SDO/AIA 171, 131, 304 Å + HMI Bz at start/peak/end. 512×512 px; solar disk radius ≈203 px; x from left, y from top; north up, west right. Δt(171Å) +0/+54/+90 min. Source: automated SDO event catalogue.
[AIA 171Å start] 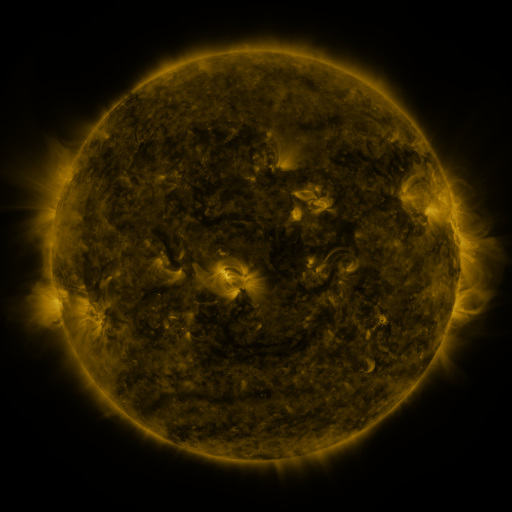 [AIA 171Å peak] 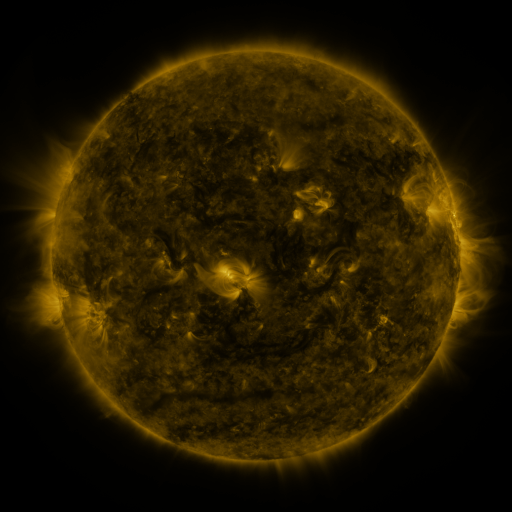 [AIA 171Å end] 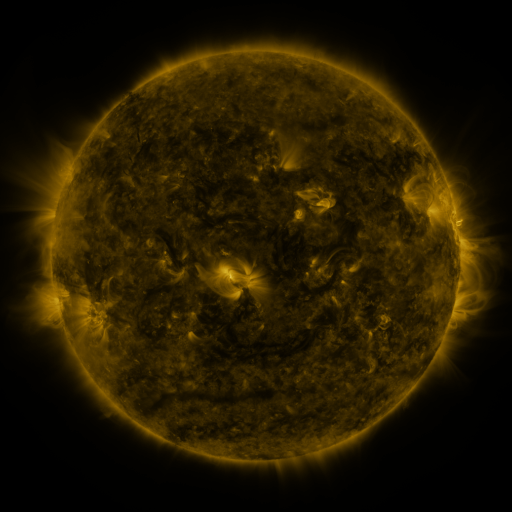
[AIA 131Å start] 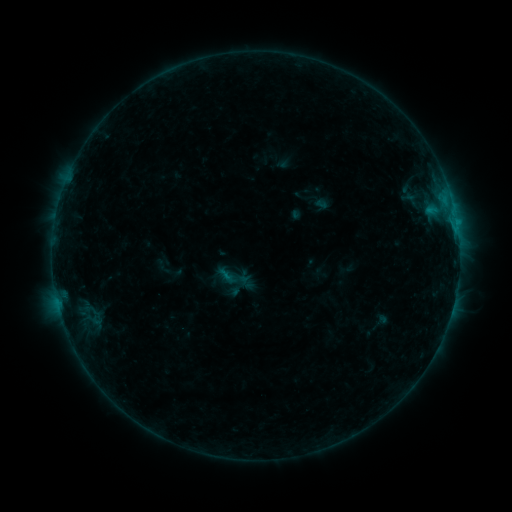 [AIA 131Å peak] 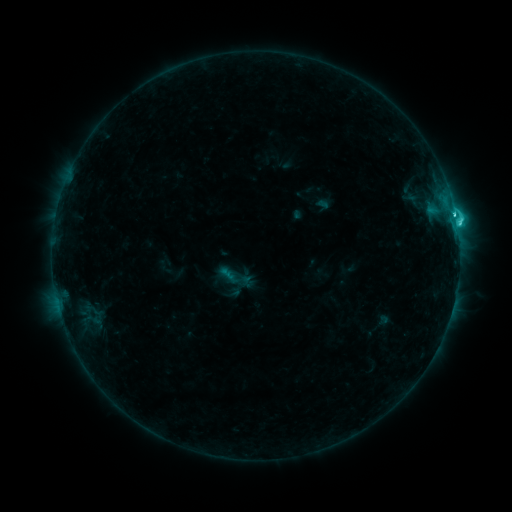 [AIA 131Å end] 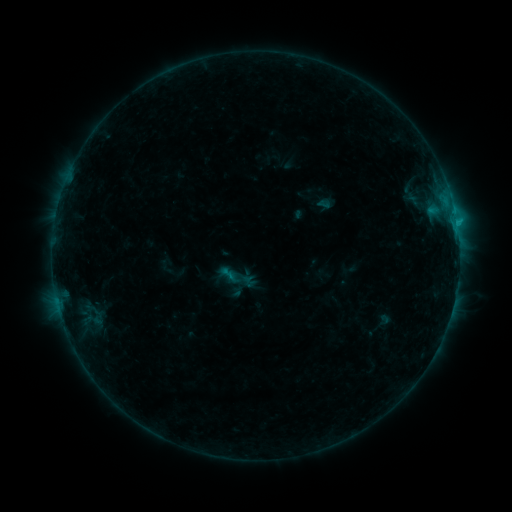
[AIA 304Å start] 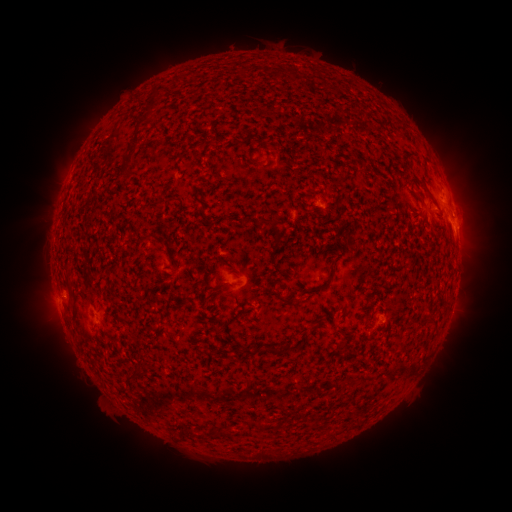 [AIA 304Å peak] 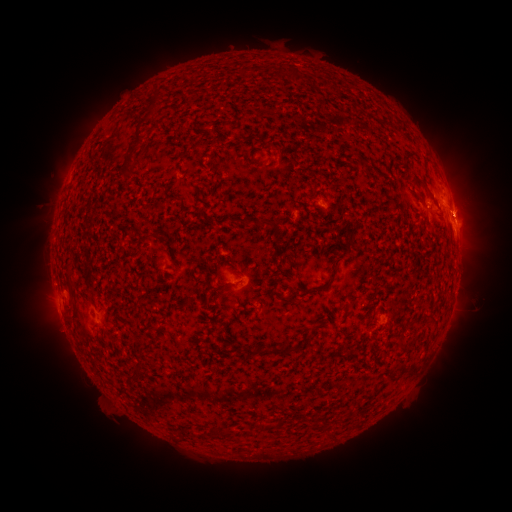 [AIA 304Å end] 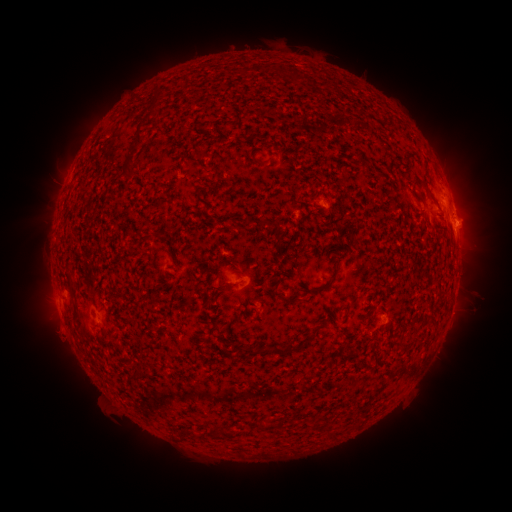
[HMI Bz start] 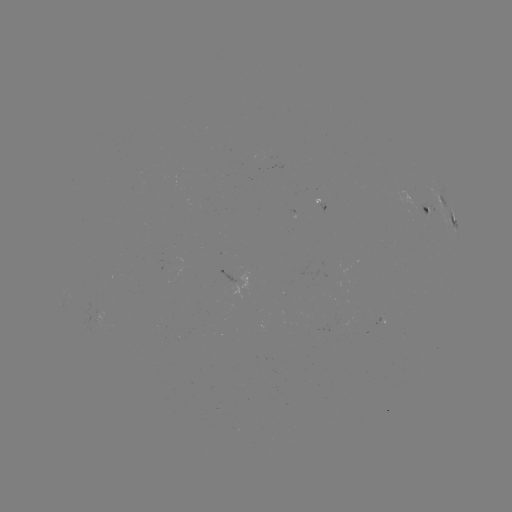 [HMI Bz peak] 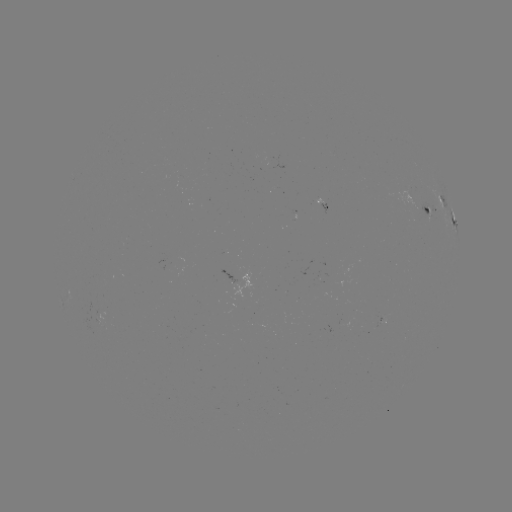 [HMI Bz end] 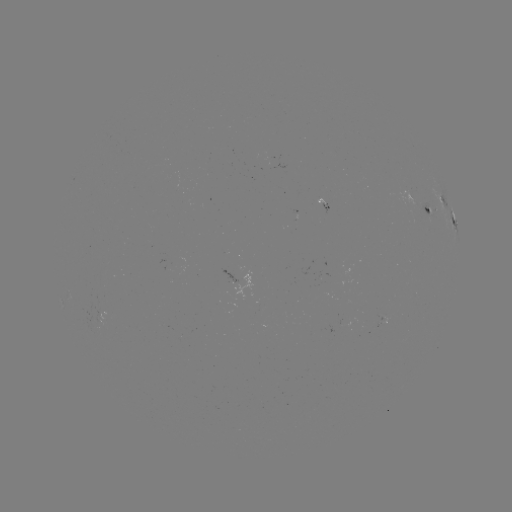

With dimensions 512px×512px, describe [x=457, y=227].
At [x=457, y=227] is C3.6 flare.